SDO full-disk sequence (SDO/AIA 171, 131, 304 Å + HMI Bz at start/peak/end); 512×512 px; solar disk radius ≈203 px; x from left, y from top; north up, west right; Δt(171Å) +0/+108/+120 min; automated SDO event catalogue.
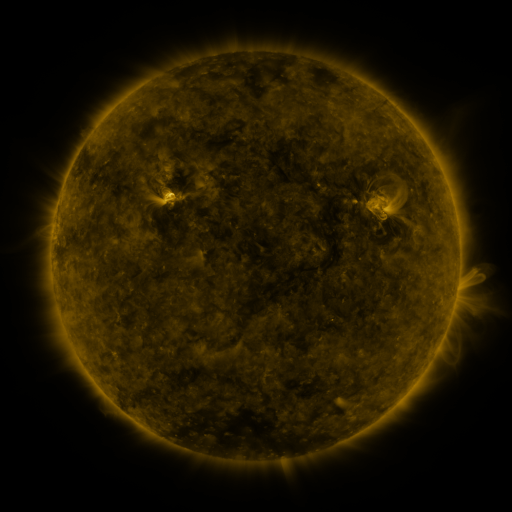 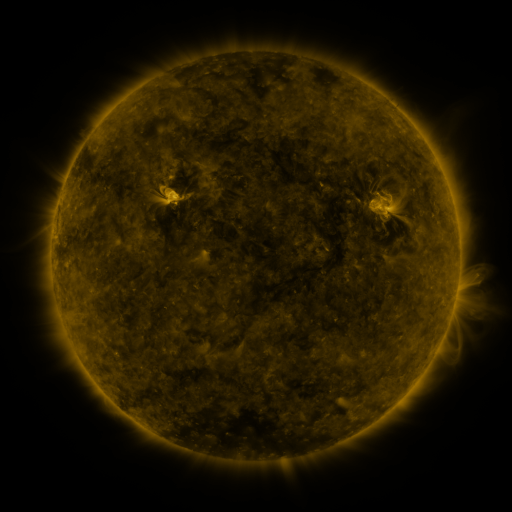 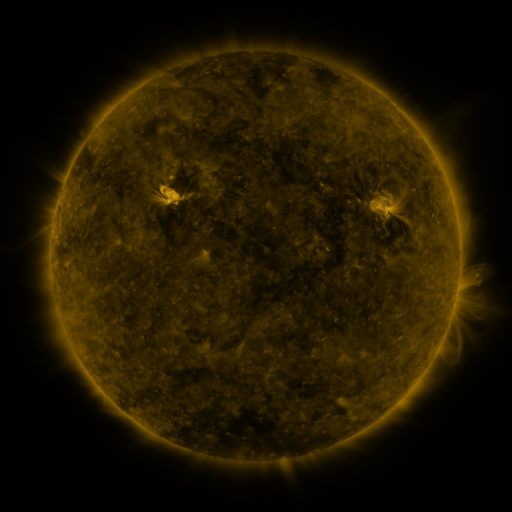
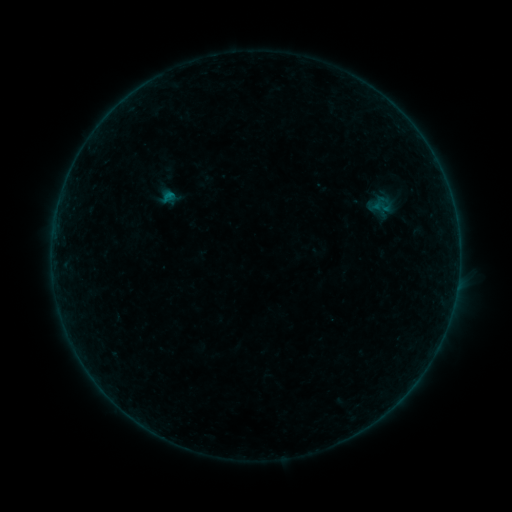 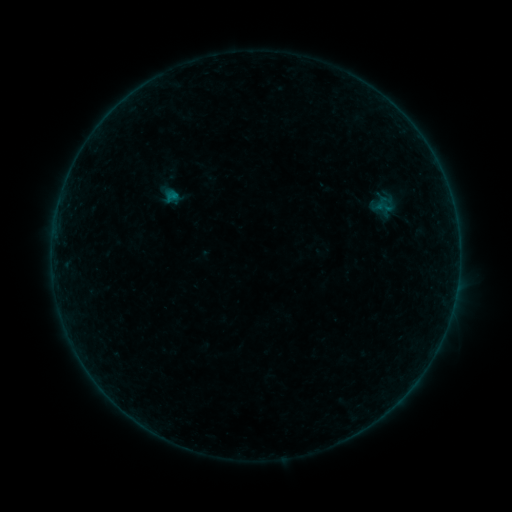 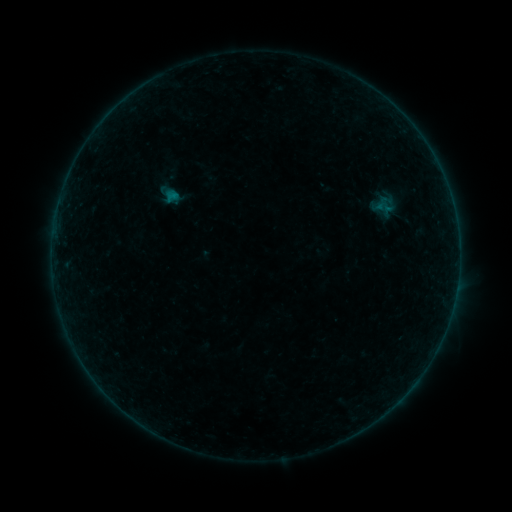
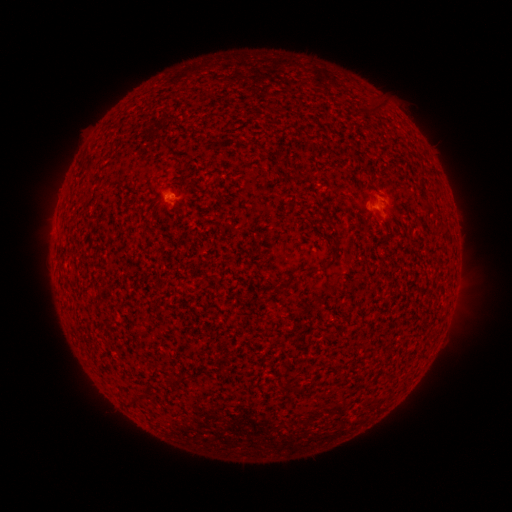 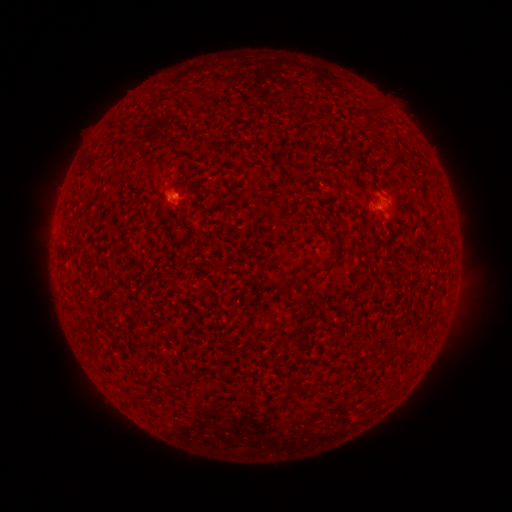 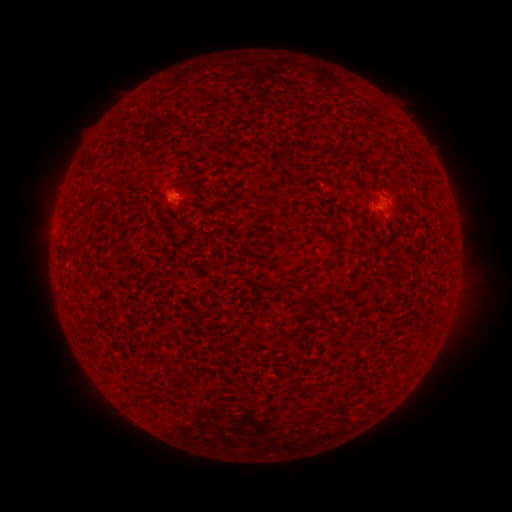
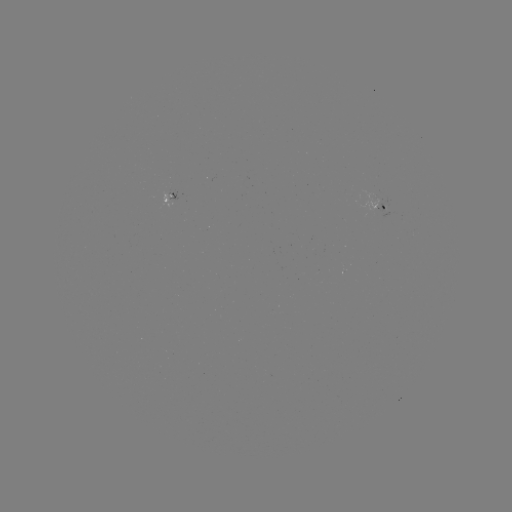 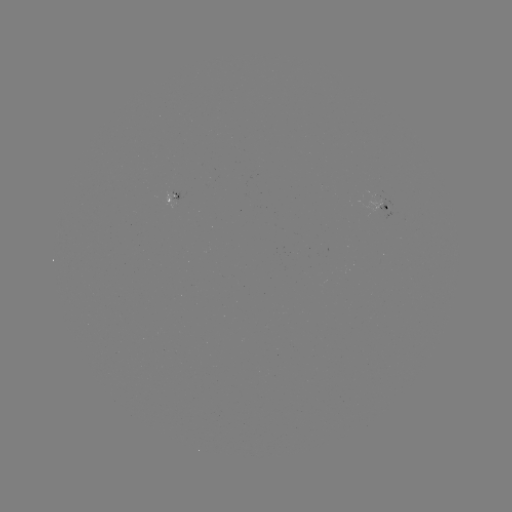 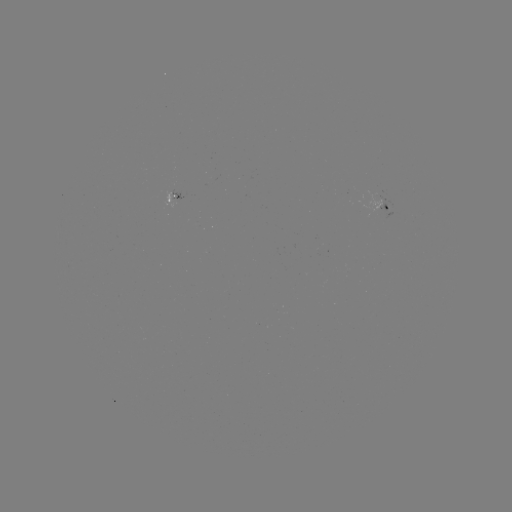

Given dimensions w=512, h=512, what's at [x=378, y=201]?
emerging-flux region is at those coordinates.